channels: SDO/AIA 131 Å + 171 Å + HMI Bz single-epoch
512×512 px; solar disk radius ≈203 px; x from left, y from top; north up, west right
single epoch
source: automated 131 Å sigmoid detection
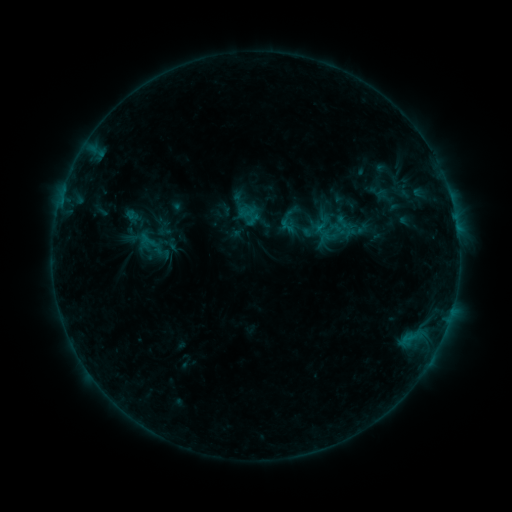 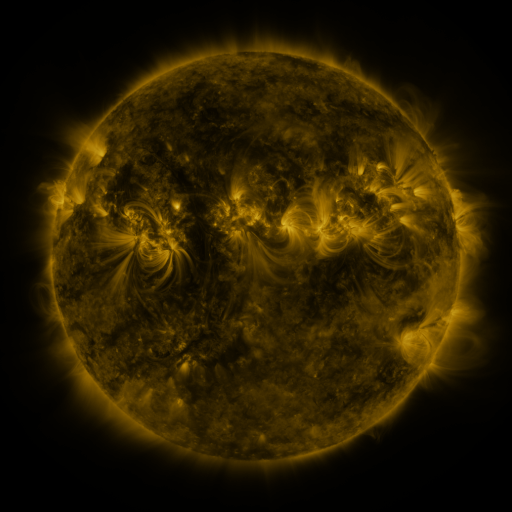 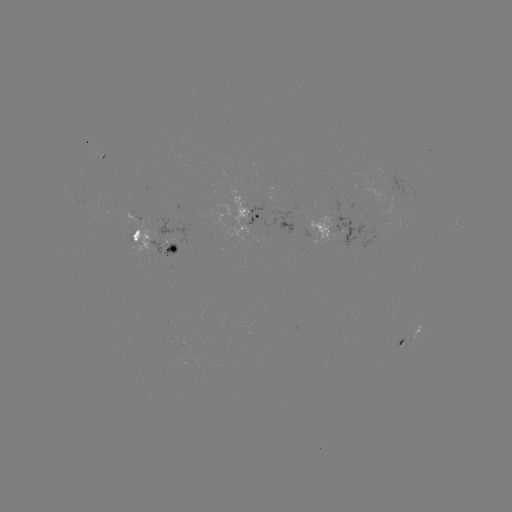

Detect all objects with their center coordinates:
sigmoid: (328, 223, 352, 244)
